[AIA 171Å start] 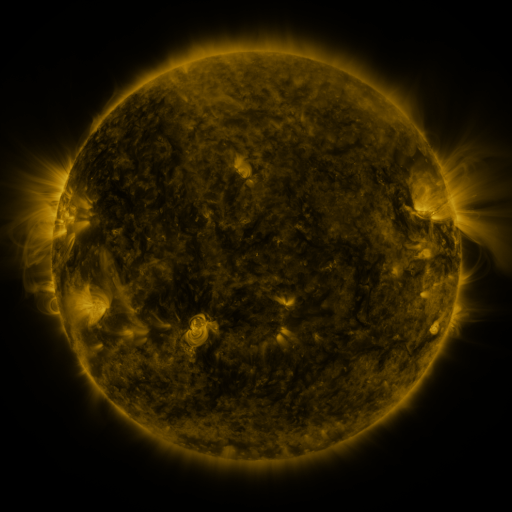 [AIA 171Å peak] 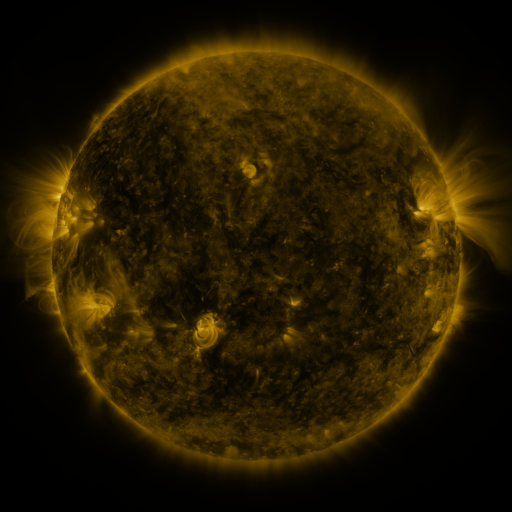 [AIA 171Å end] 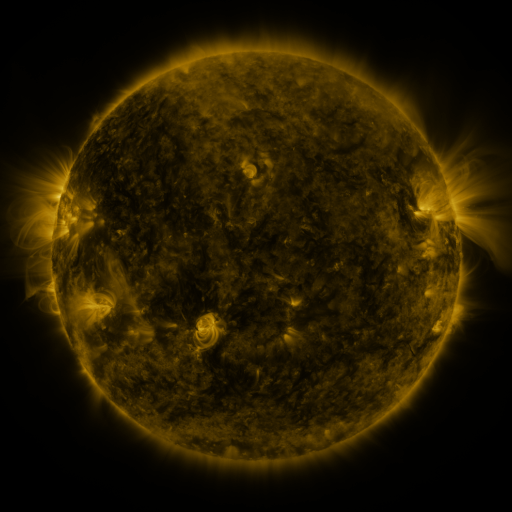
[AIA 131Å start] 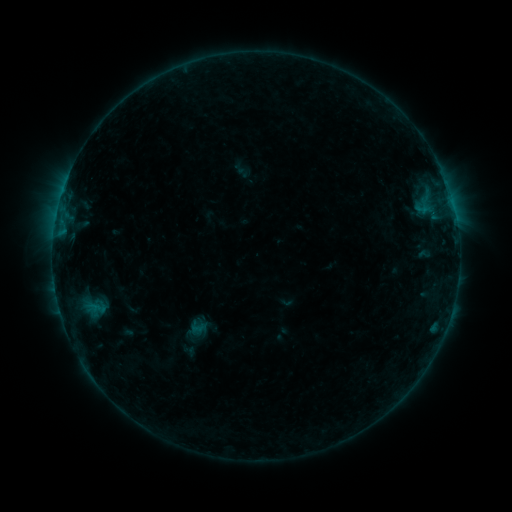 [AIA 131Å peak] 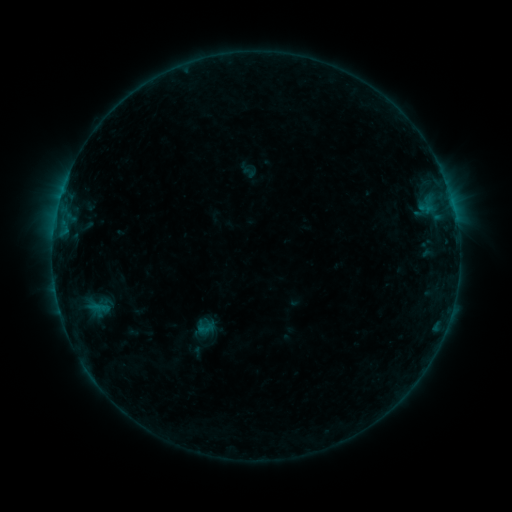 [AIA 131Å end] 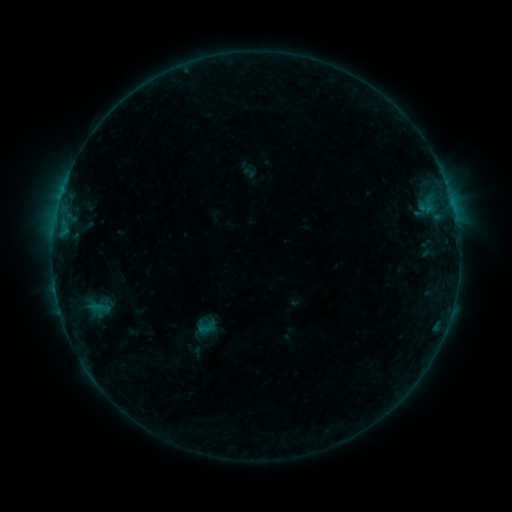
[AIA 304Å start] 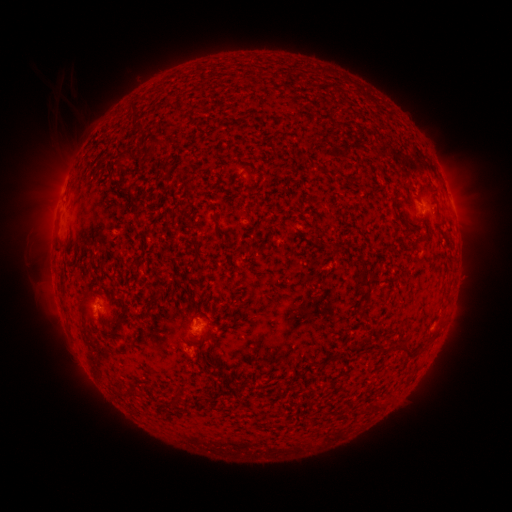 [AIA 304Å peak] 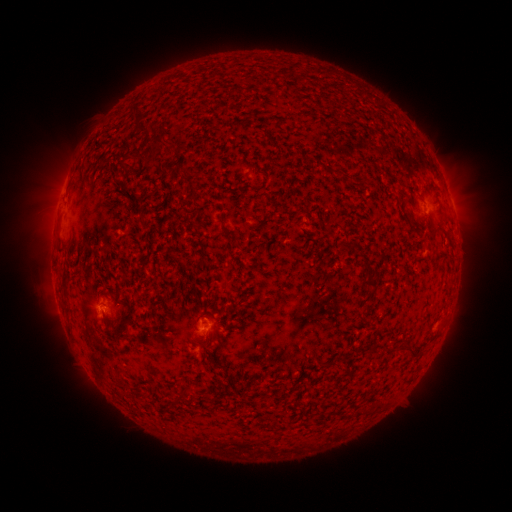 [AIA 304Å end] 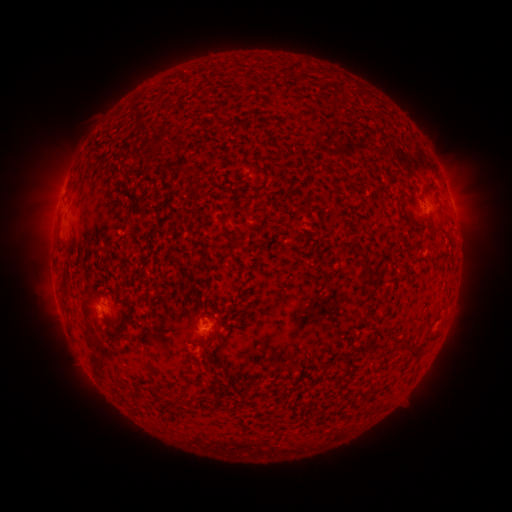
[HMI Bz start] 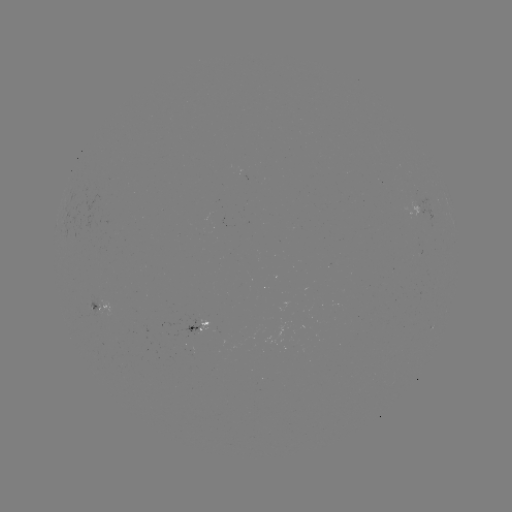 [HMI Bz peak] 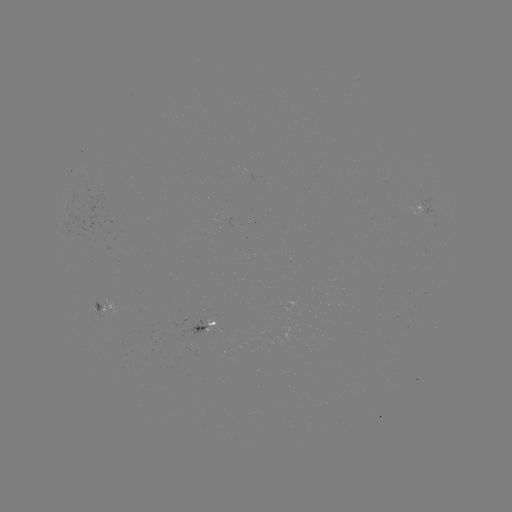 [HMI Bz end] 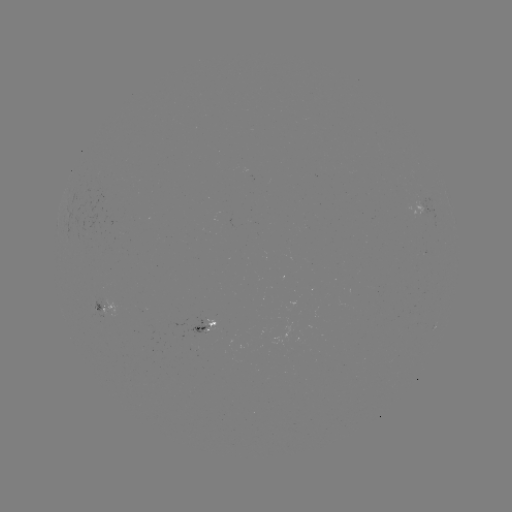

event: emerging-flux region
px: (201, 329)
